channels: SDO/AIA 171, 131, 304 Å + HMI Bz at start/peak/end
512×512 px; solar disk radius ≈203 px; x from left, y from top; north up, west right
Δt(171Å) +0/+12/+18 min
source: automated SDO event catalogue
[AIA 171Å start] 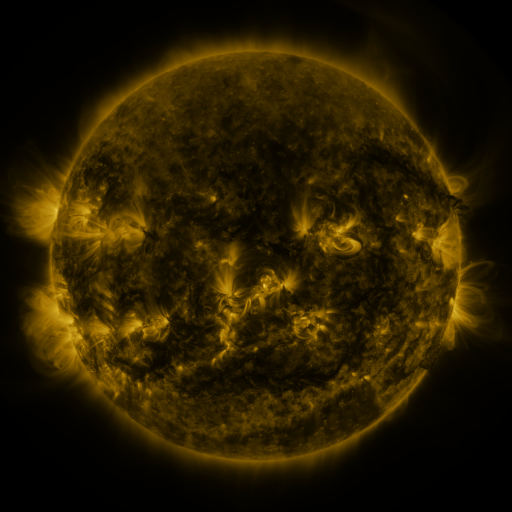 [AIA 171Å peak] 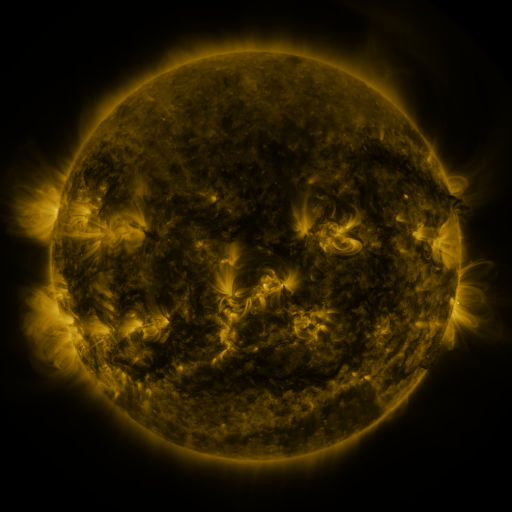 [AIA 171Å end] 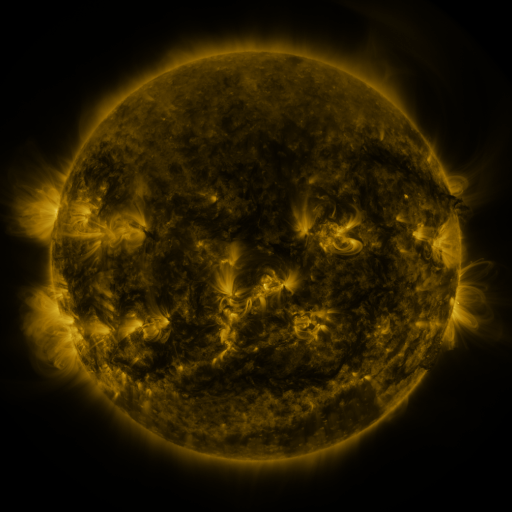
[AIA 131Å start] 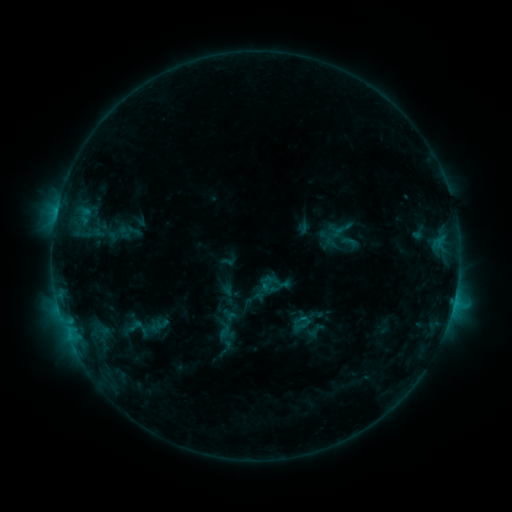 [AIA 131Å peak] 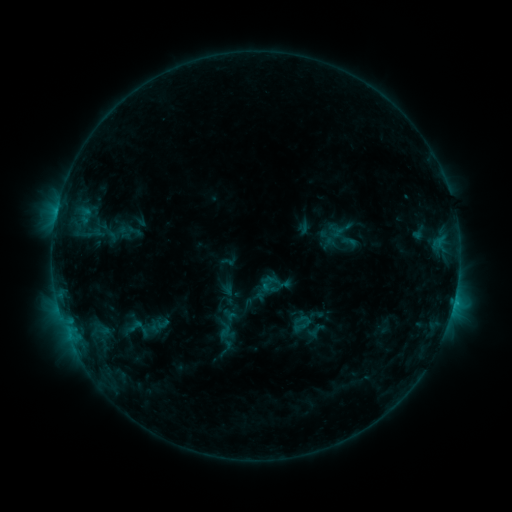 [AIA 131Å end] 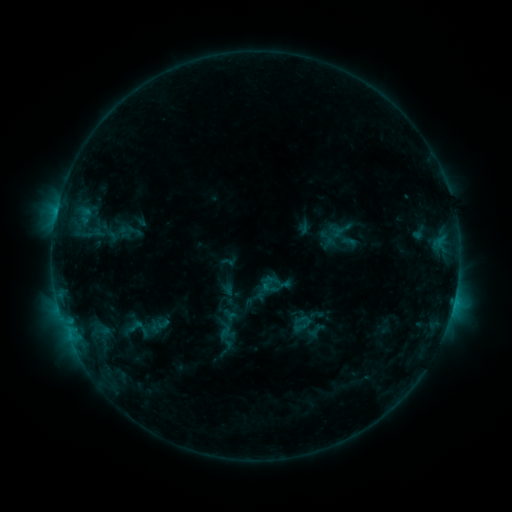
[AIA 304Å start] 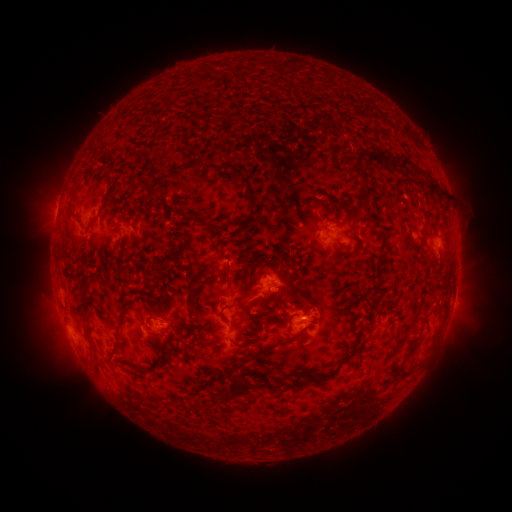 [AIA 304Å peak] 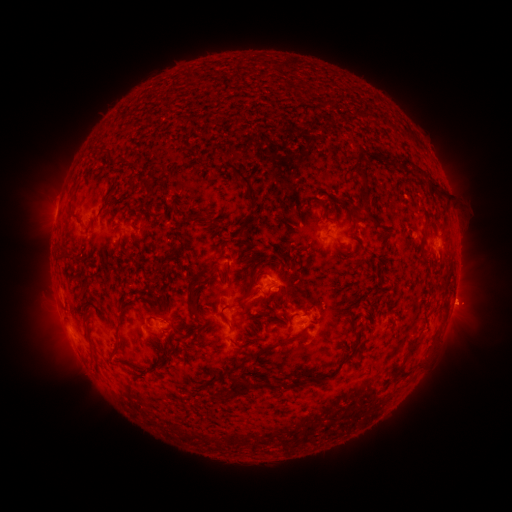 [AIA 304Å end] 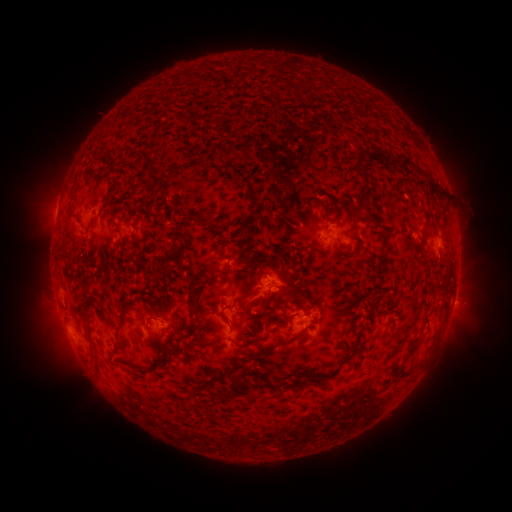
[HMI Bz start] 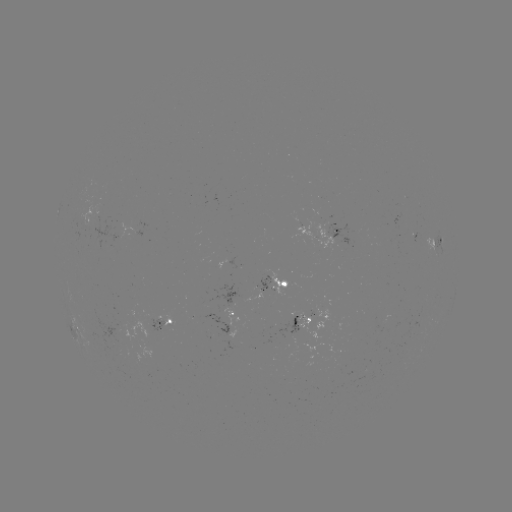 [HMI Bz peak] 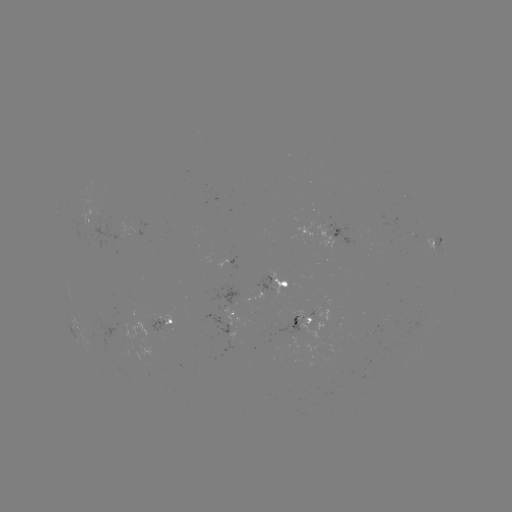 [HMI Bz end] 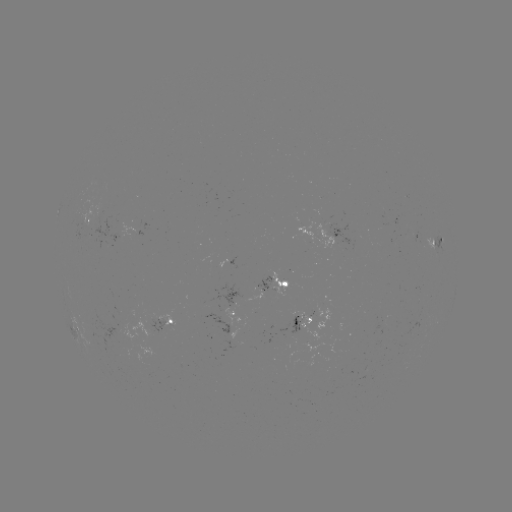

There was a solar eruption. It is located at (465, 304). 